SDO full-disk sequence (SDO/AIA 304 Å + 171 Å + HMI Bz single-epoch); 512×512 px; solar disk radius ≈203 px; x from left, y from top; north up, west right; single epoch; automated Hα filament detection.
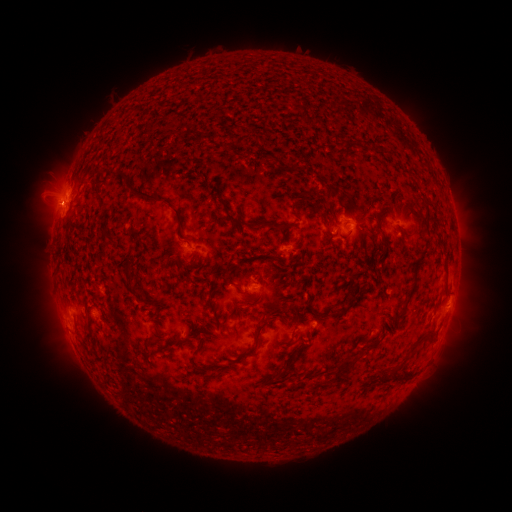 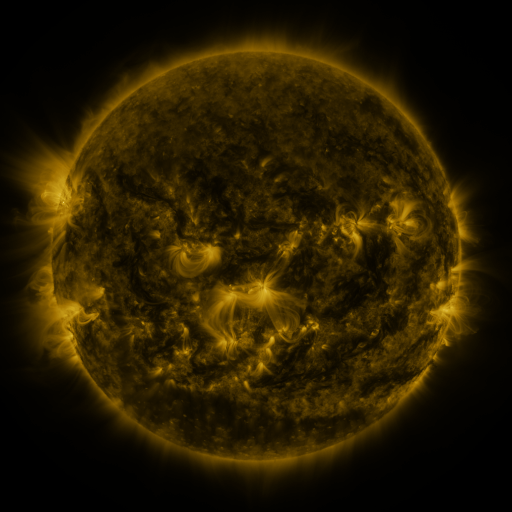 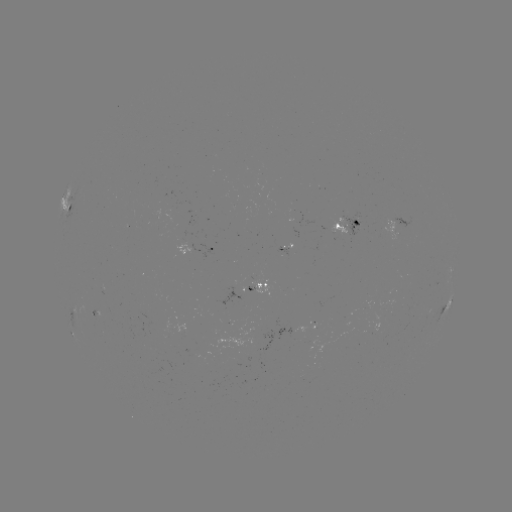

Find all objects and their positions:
filament: (277, 63)
filament: (373, 103)
filament: (305, 118)
filament: (383, 150)
filament: (302, 192)
filament: (165, 204)
filament: (225, 208)
filament: (322, 213)
filament: (252, 225)
filament: (278, 225)
filament: (415, 282)
filament: (129, 284)
filament: (262, 328)
filament: (252, 352)
filament: (292, 361)
filament: (103, 370)
filament: (346, 370)
